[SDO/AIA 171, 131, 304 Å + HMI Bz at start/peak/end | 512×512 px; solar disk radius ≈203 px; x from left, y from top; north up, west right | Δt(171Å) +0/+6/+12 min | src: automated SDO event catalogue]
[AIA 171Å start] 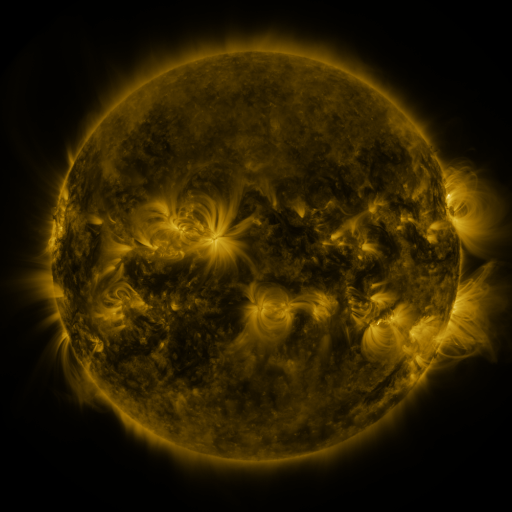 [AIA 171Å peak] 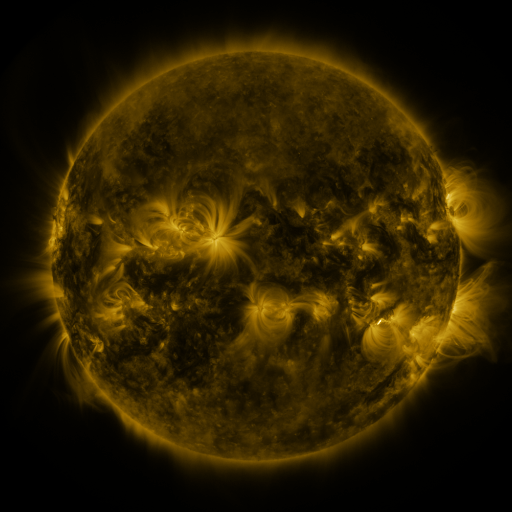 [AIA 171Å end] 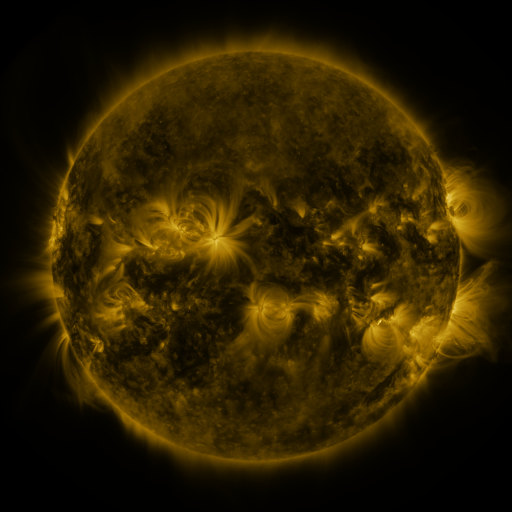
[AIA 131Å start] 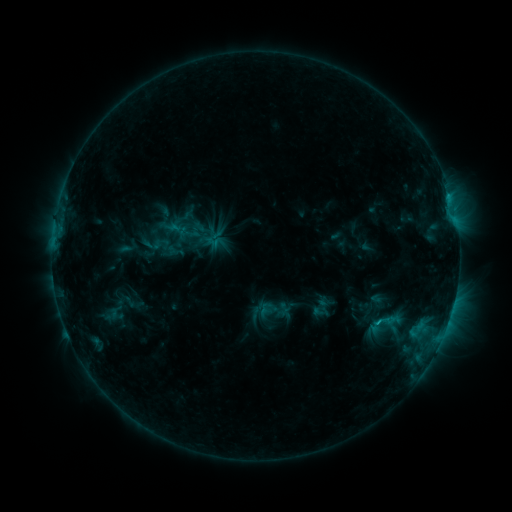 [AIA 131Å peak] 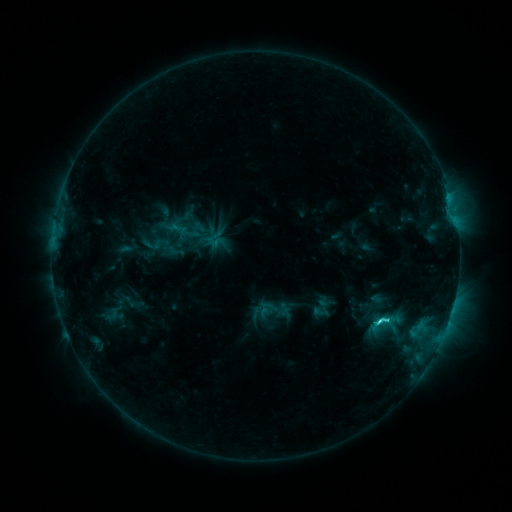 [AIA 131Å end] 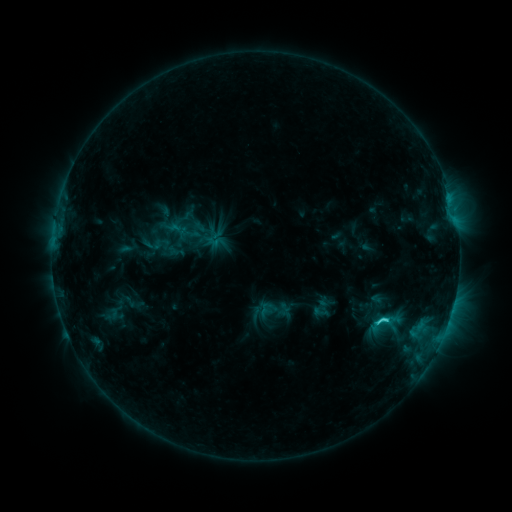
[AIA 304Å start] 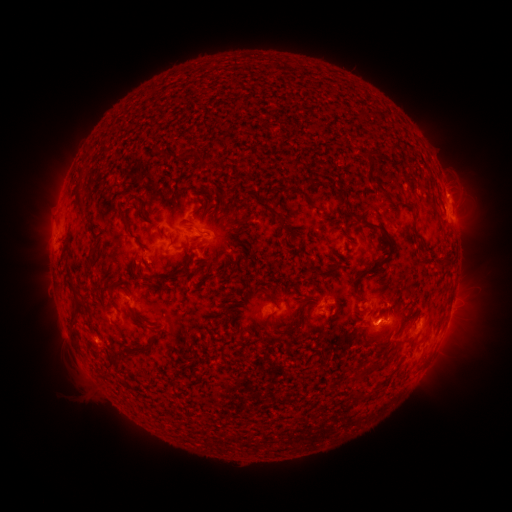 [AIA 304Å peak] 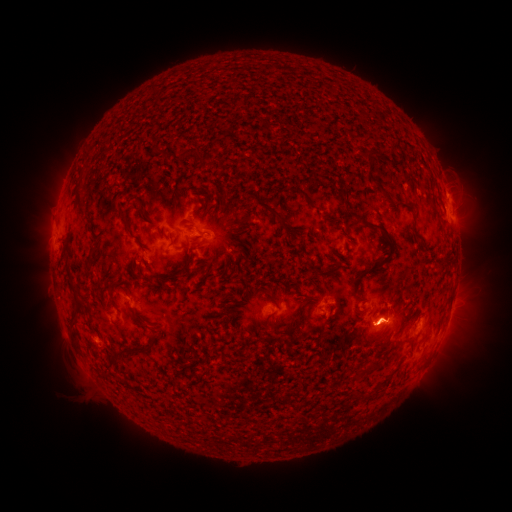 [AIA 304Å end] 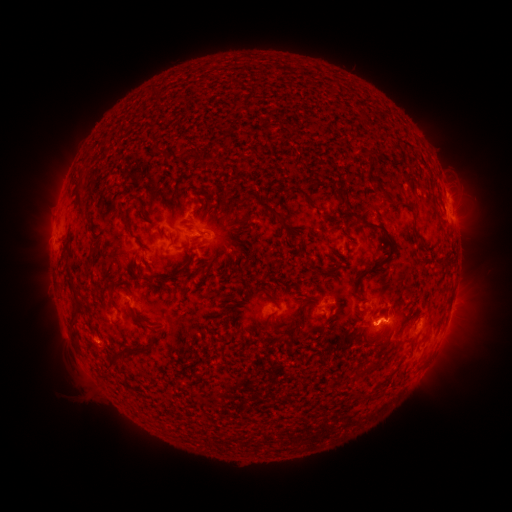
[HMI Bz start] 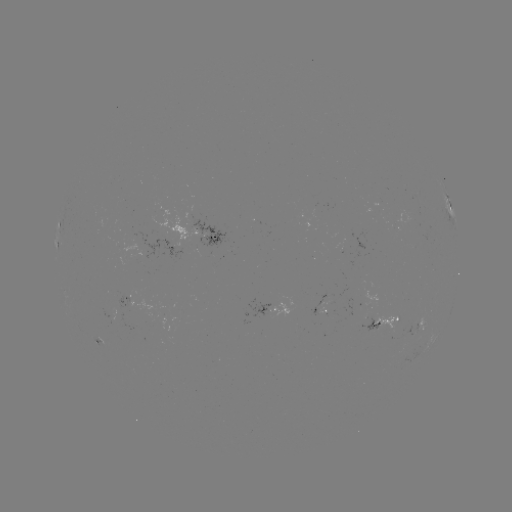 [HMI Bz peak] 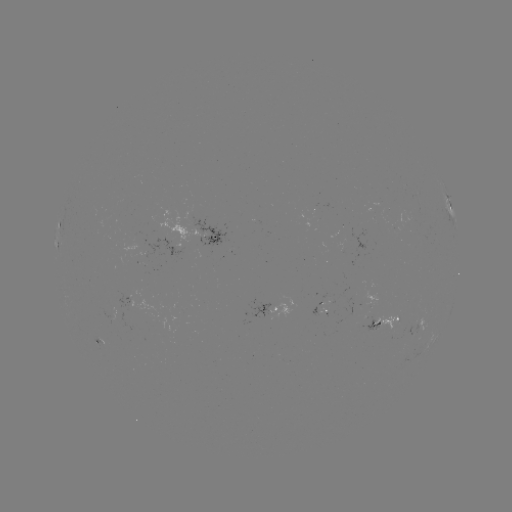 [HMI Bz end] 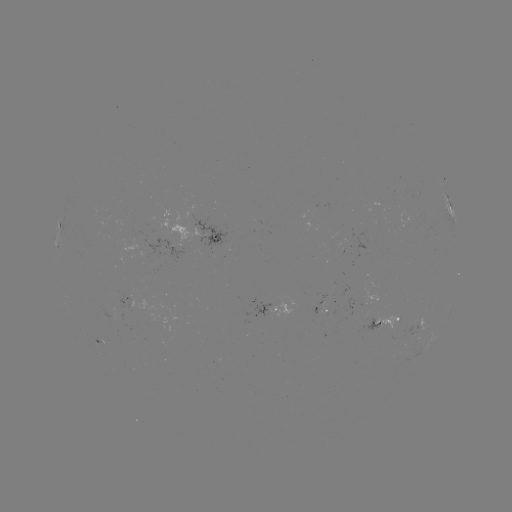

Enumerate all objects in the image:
C2.6 flare: (378, 321)
